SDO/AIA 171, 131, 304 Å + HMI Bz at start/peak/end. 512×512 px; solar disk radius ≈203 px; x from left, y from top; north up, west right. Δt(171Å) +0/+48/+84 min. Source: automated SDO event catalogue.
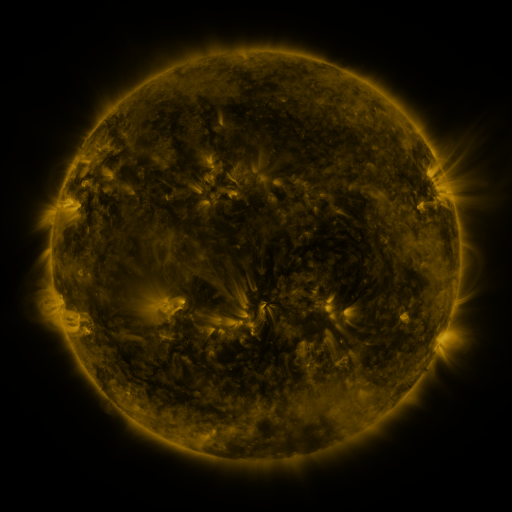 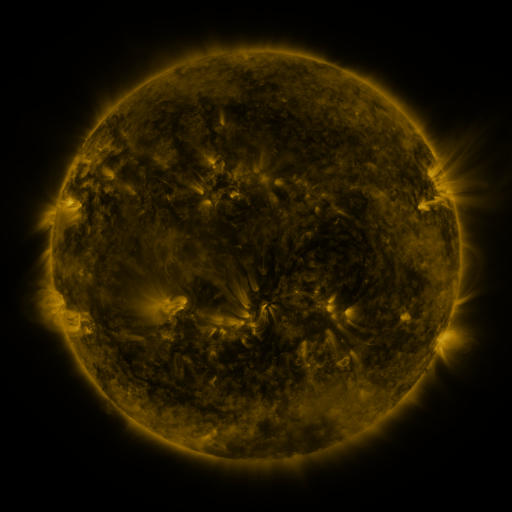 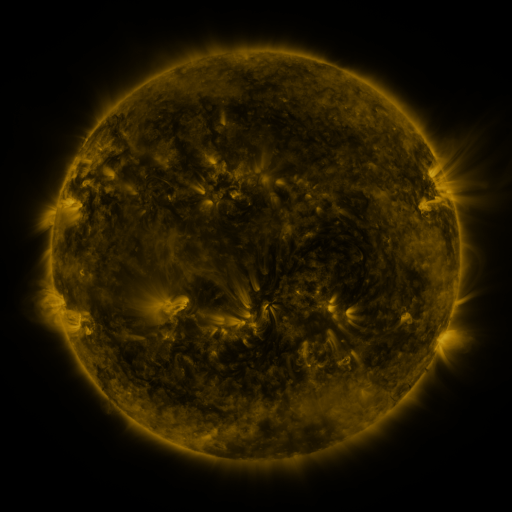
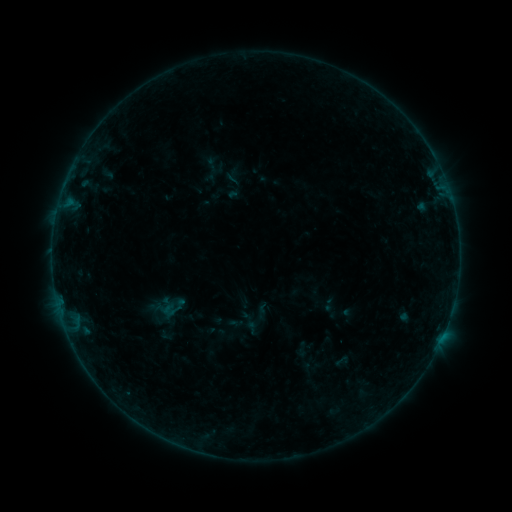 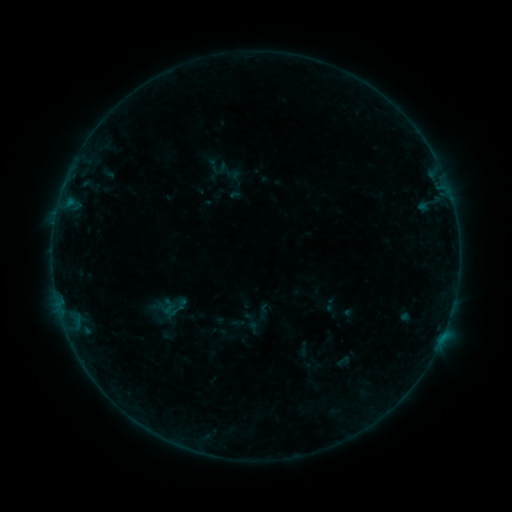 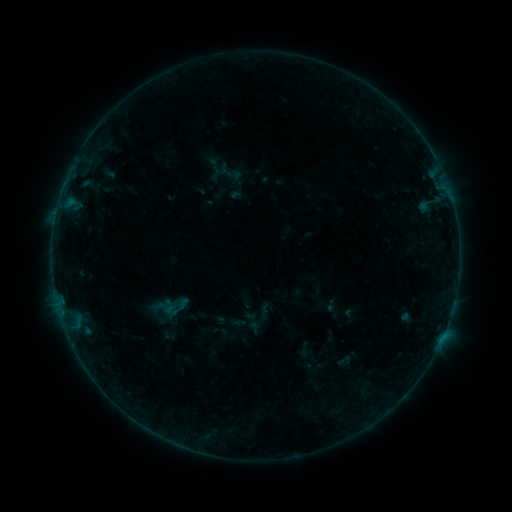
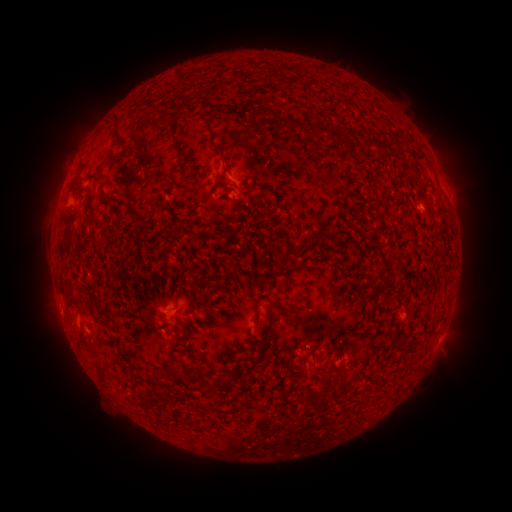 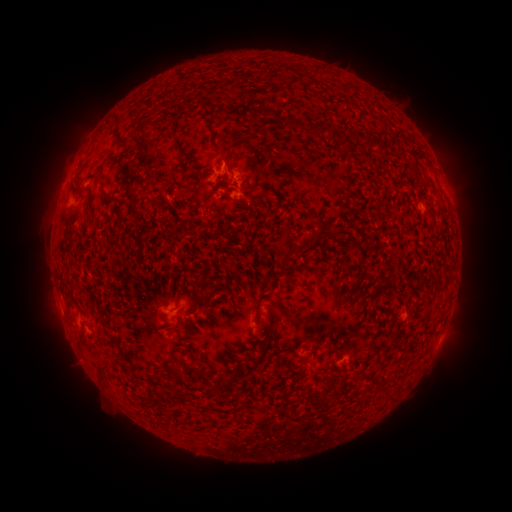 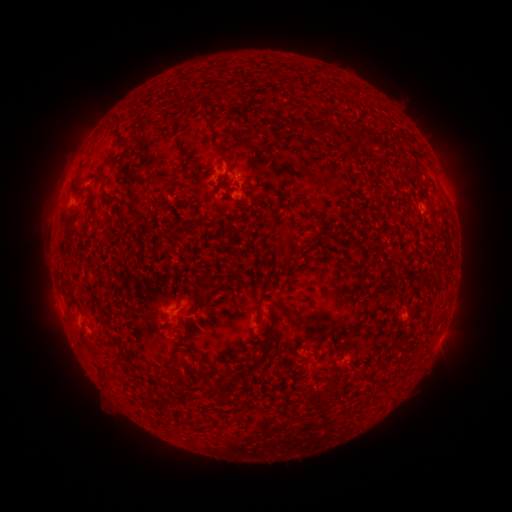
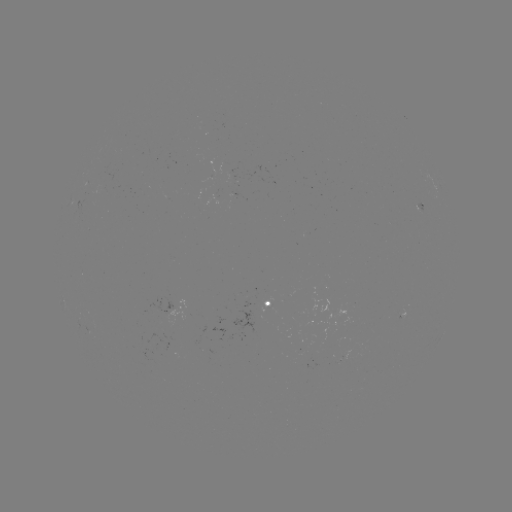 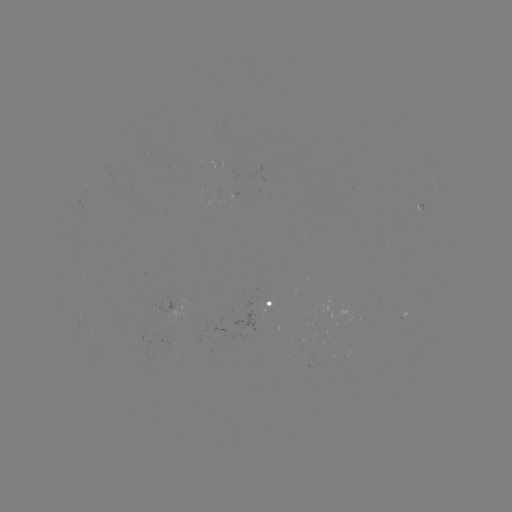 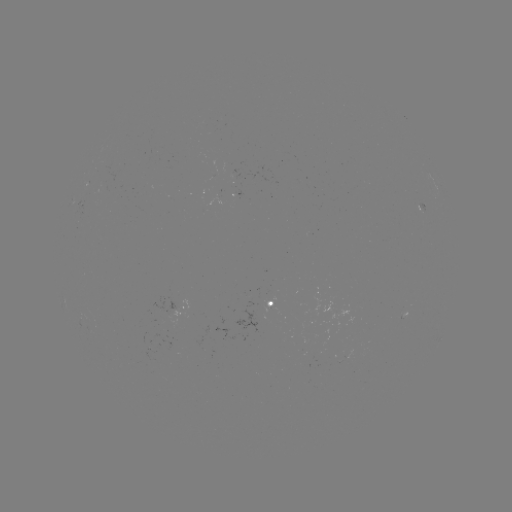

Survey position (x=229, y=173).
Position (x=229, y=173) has B1.3 flare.